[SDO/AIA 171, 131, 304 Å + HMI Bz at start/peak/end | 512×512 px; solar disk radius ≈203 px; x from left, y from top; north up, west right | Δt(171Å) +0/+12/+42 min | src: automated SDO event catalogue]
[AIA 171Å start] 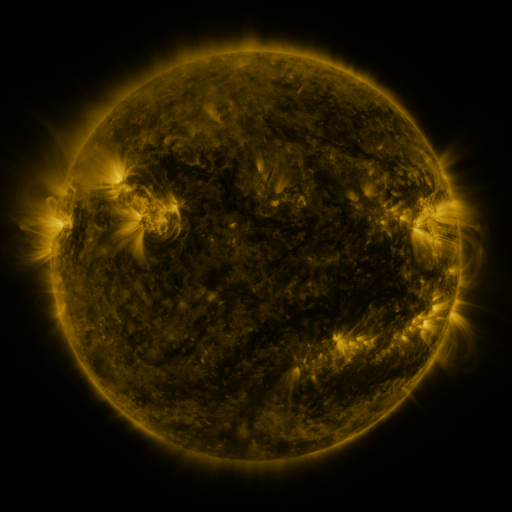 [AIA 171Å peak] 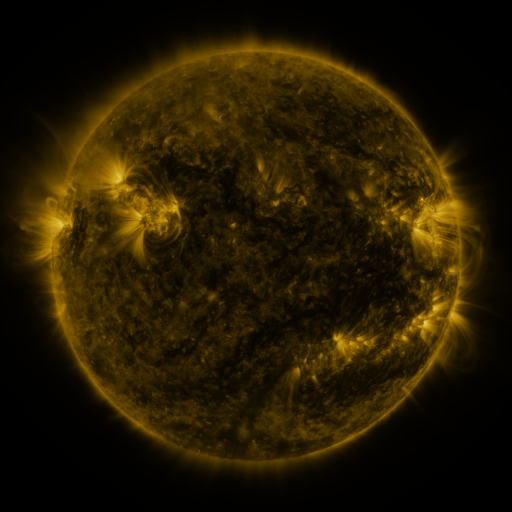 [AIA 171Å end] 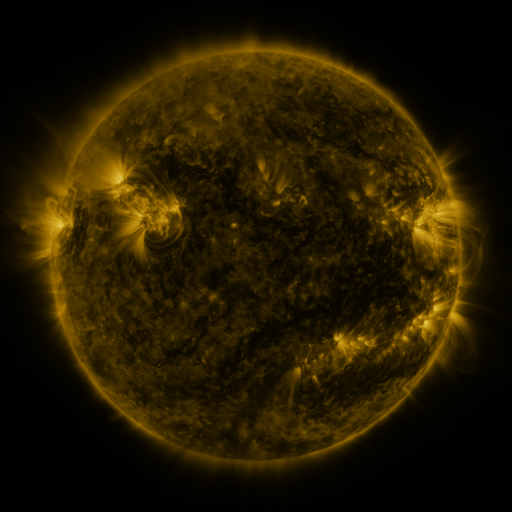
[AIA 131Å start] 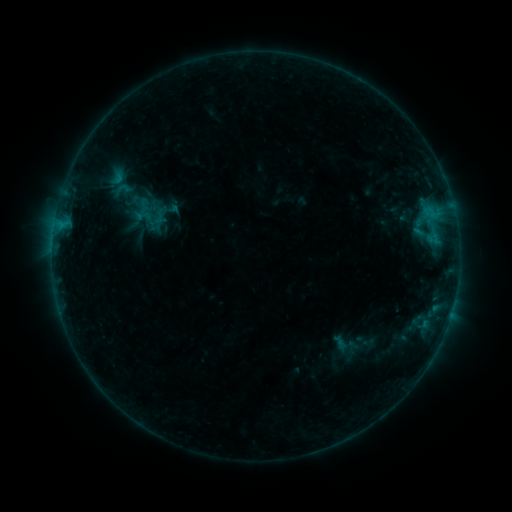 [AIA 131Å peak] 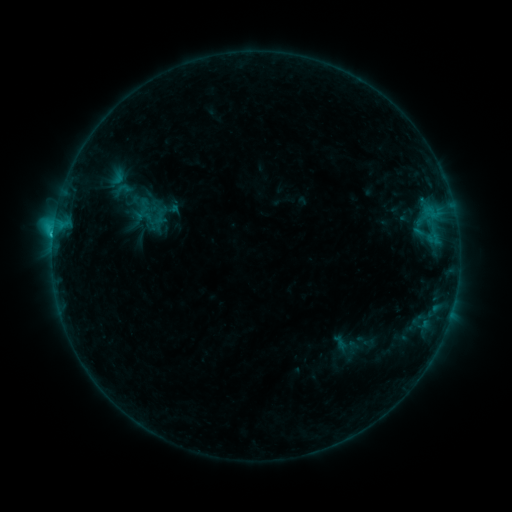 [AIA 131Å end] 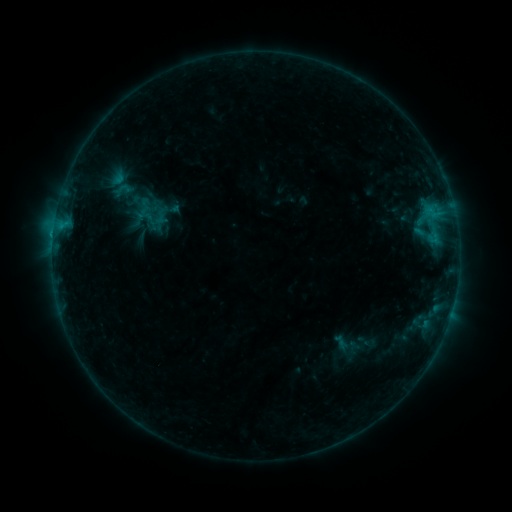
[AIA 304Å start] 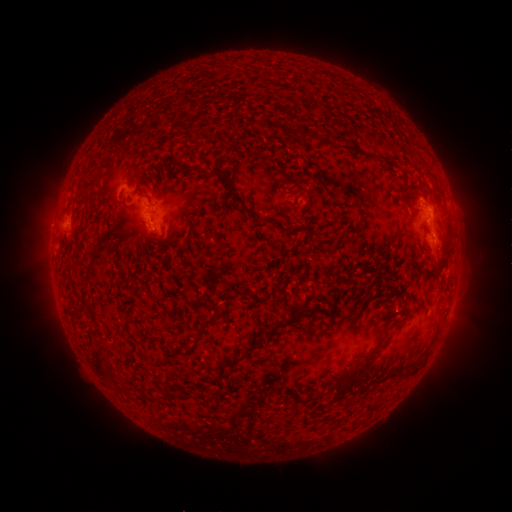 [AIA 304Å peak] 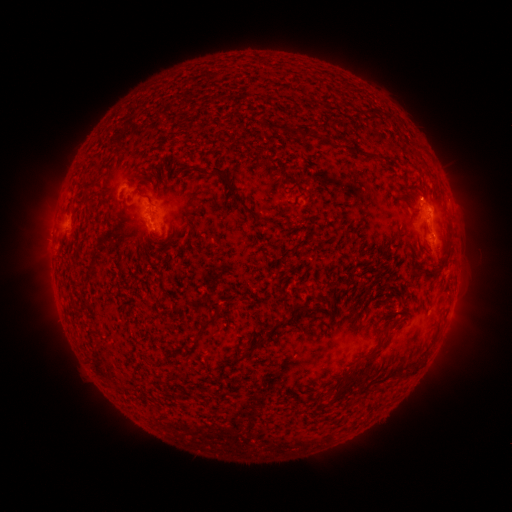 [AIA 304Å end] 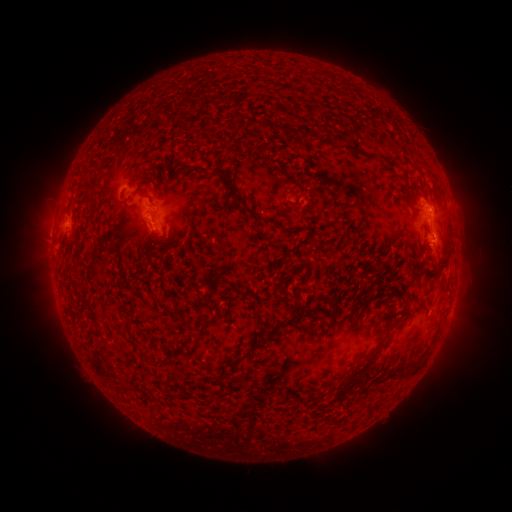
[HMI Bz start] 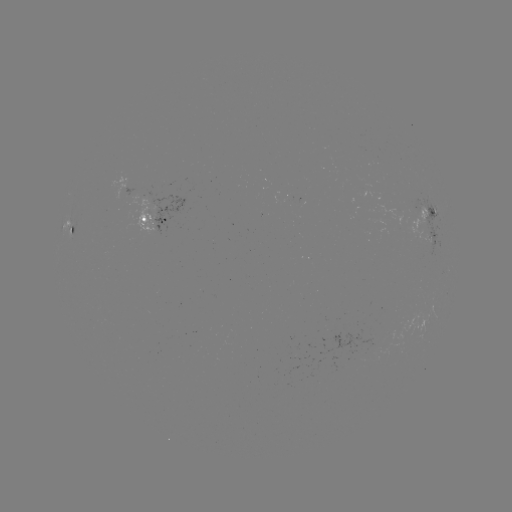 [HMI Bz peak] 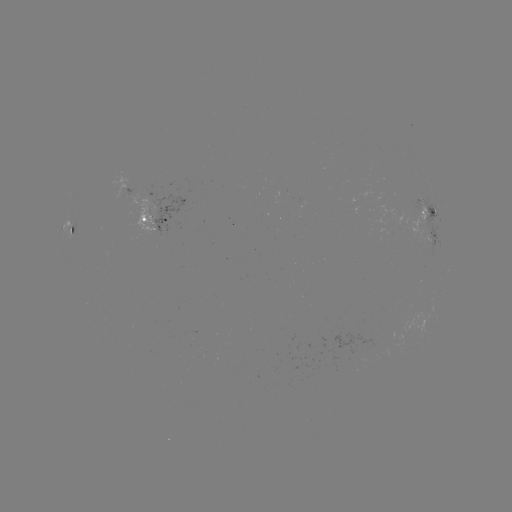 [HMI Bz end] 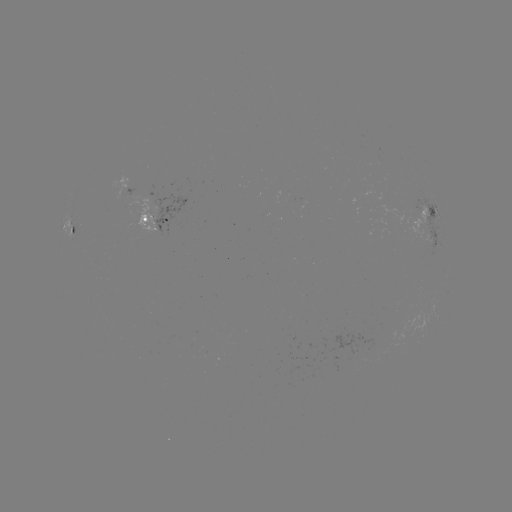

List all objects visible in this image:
C1.3 flare: (422, 203)
